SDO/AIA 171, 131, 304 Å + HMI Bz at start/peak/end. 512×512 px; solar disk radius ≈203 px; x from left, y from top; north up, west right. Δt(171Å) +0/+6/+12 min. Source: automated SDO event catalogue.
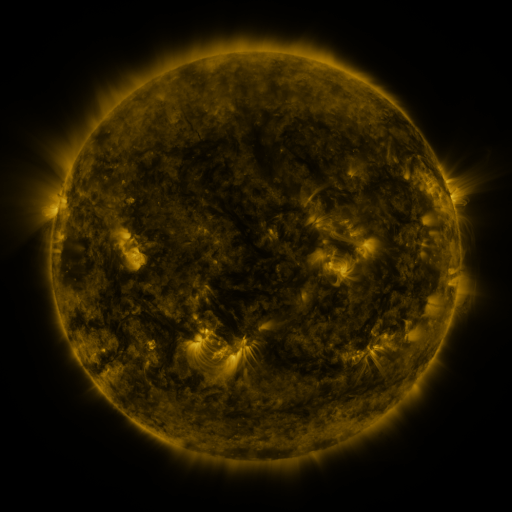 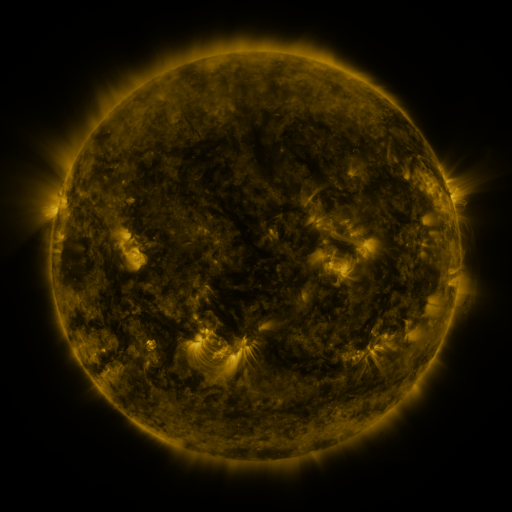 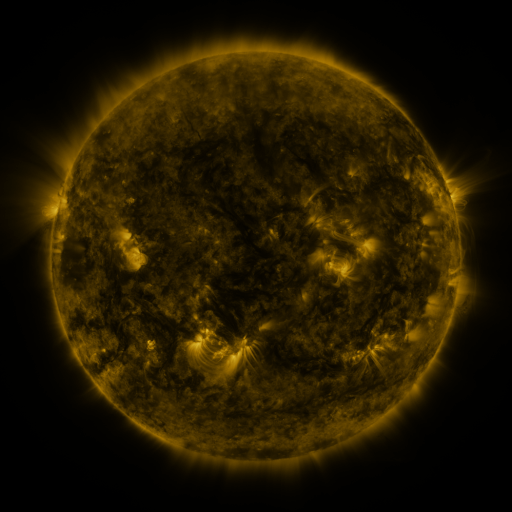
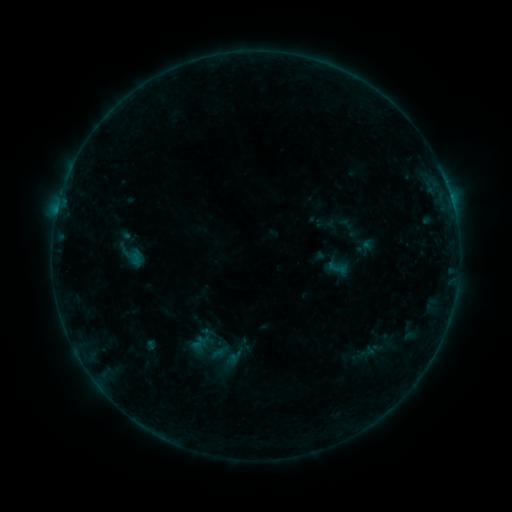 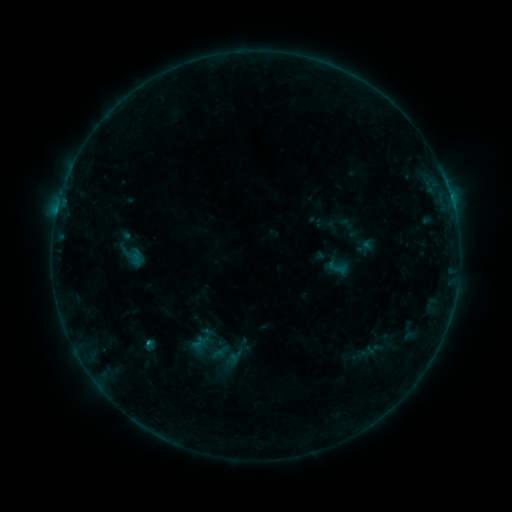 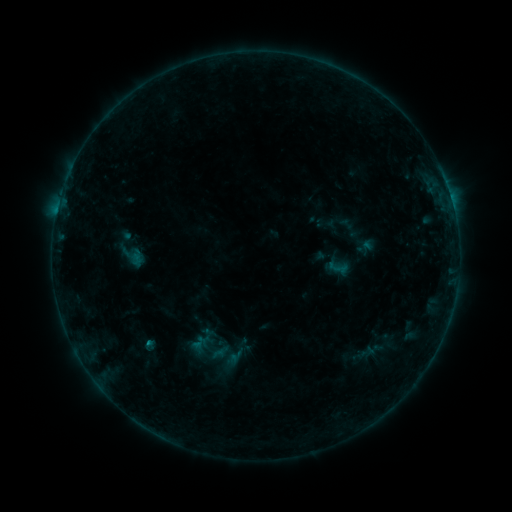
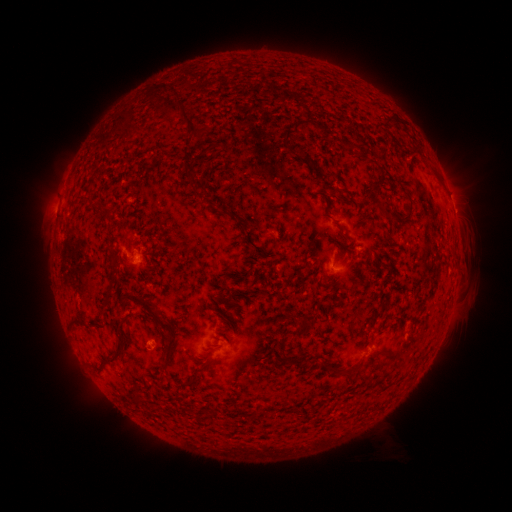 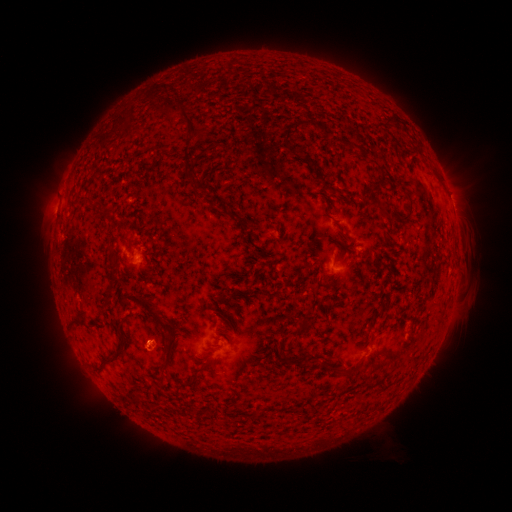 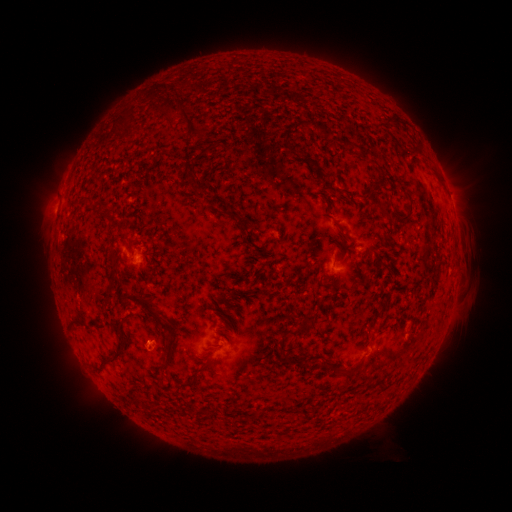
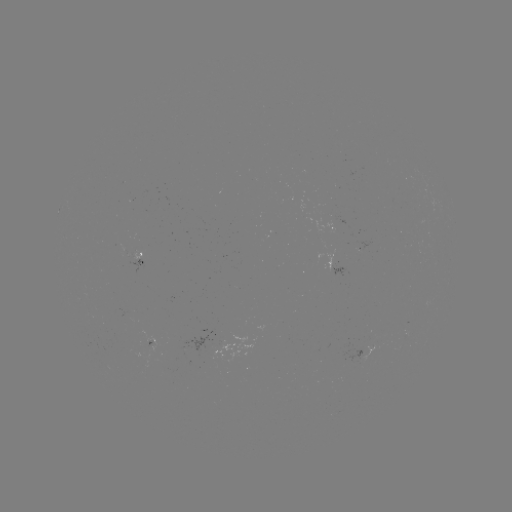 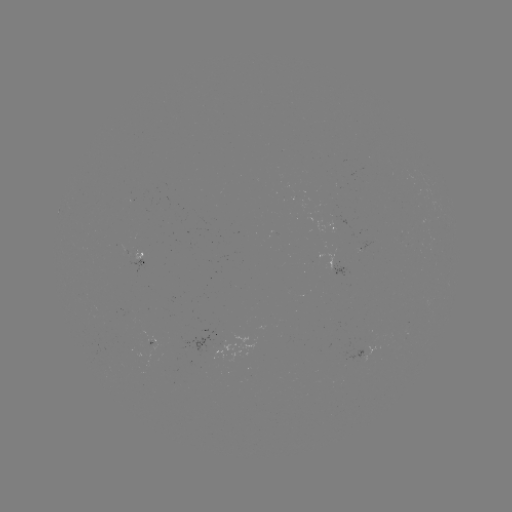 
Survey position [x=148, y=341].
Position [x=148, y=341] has B3.0 flare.